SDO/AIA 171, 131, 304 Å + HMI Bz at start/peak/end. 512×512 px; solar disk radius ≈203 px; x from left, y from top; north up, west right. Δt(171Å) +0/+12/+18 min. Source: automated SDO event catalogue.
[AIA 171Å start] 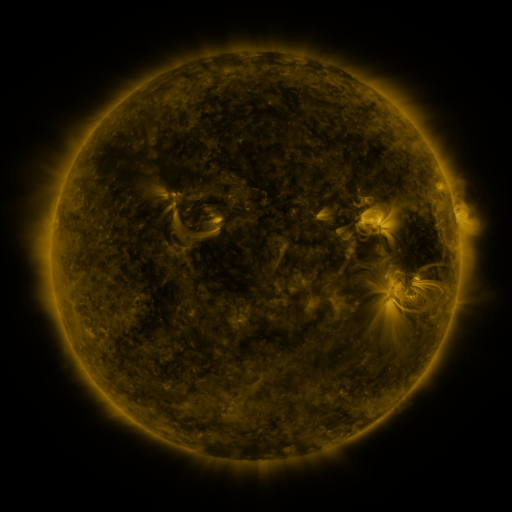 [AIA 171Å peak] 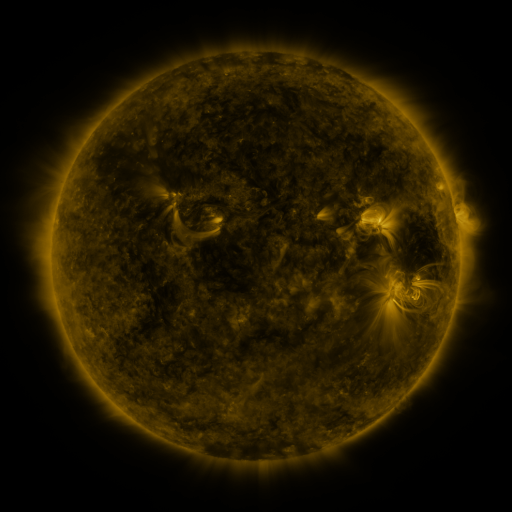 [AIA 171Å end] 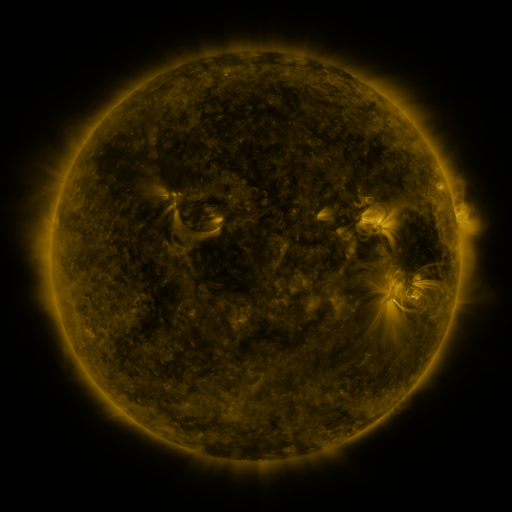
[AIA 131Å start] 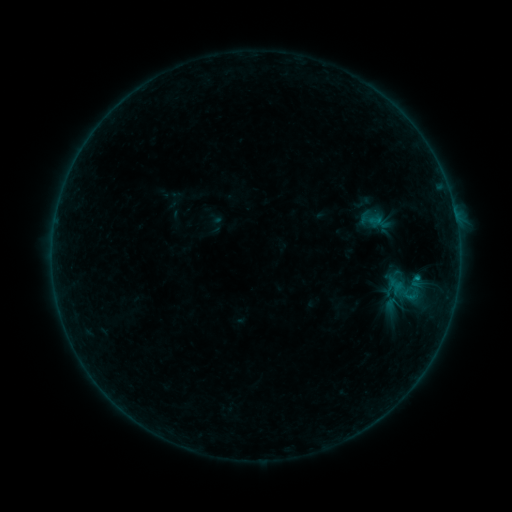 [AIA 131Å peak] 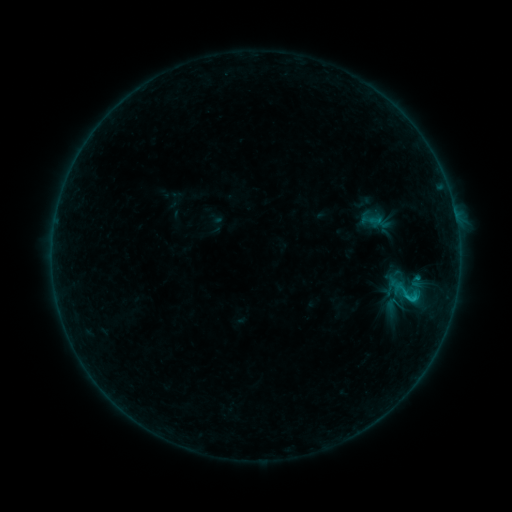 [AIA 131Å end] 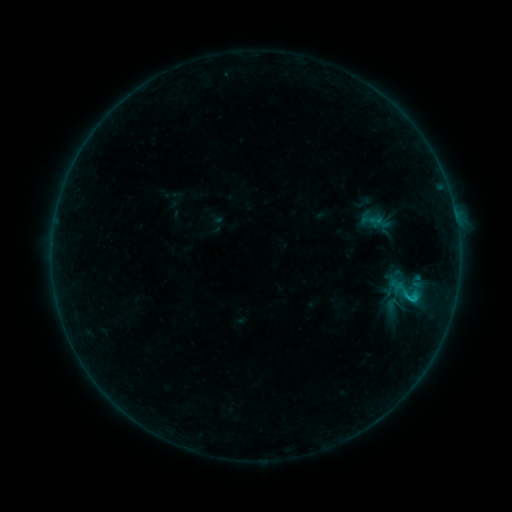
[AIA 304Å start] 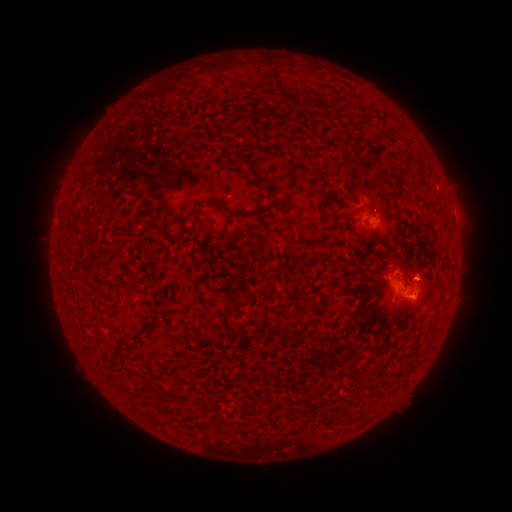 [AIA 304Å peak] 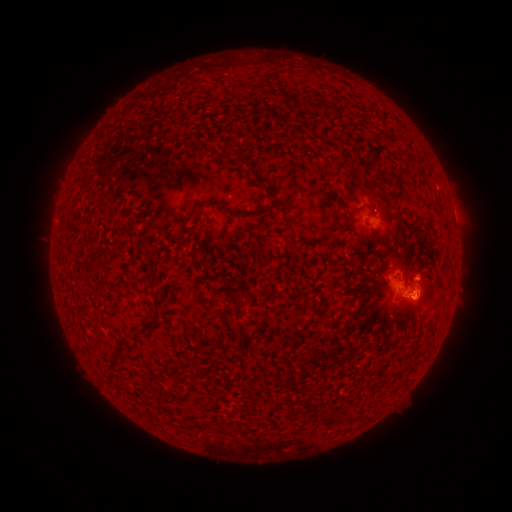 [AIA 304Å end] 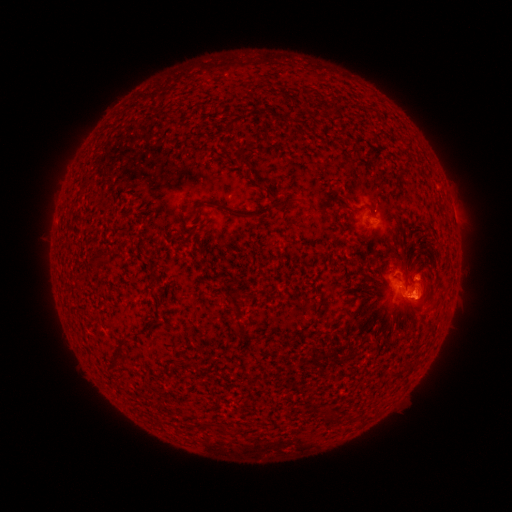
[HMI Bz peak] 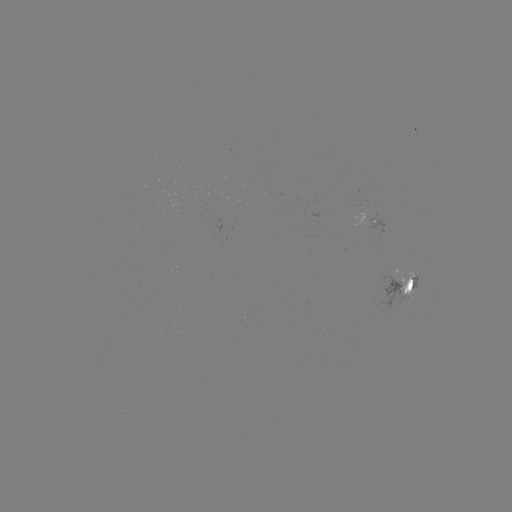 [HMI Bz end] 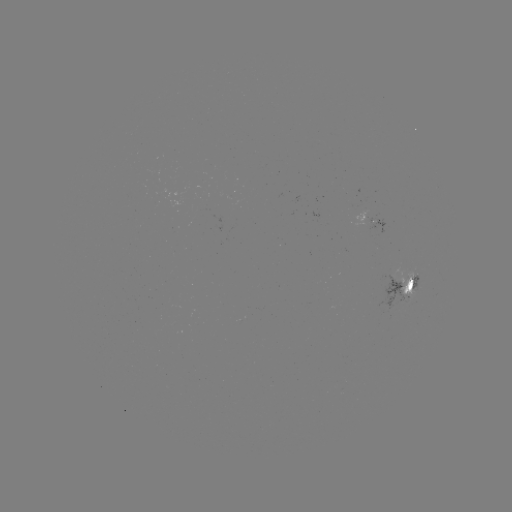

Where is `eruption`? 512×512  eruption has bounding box [395, 280, 443, 325].